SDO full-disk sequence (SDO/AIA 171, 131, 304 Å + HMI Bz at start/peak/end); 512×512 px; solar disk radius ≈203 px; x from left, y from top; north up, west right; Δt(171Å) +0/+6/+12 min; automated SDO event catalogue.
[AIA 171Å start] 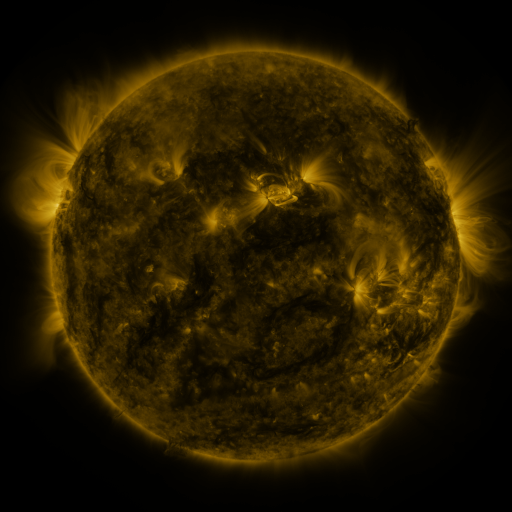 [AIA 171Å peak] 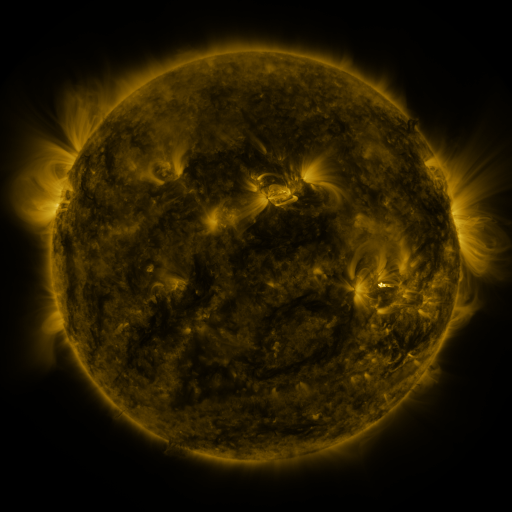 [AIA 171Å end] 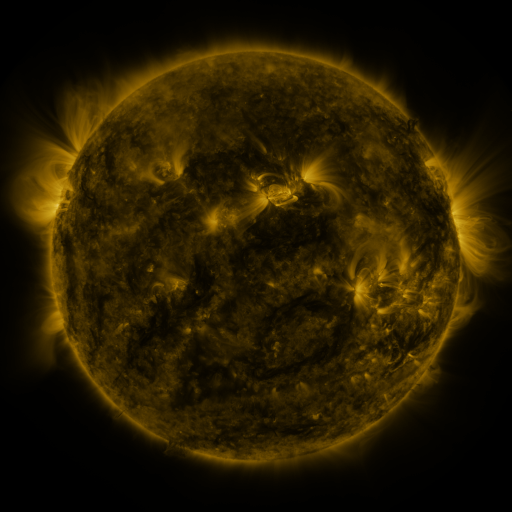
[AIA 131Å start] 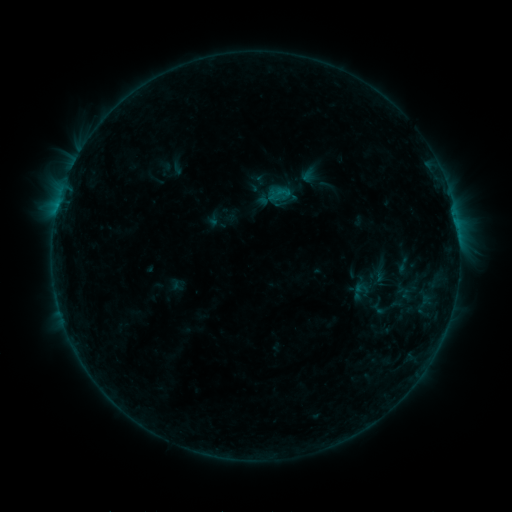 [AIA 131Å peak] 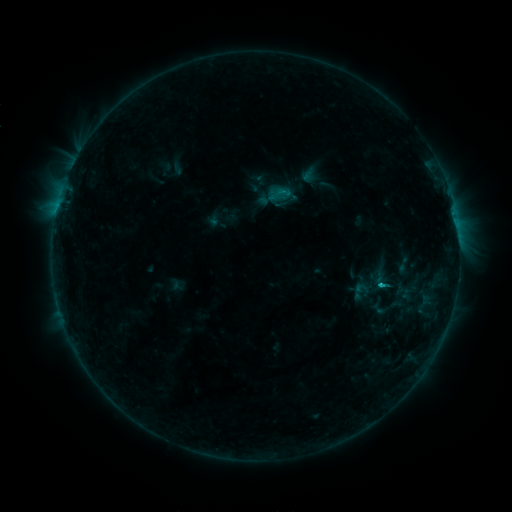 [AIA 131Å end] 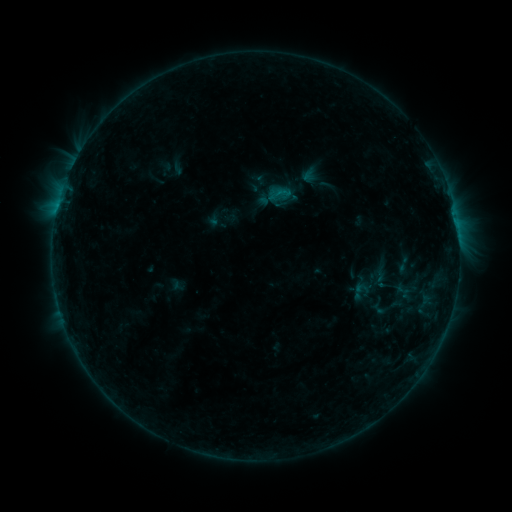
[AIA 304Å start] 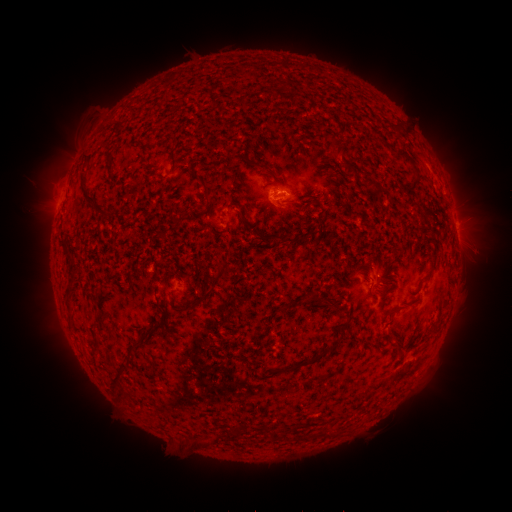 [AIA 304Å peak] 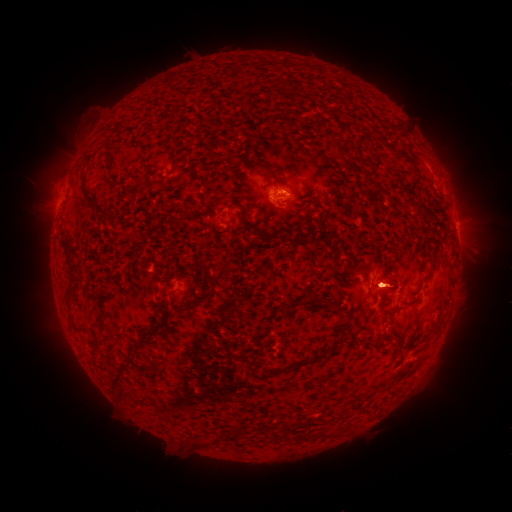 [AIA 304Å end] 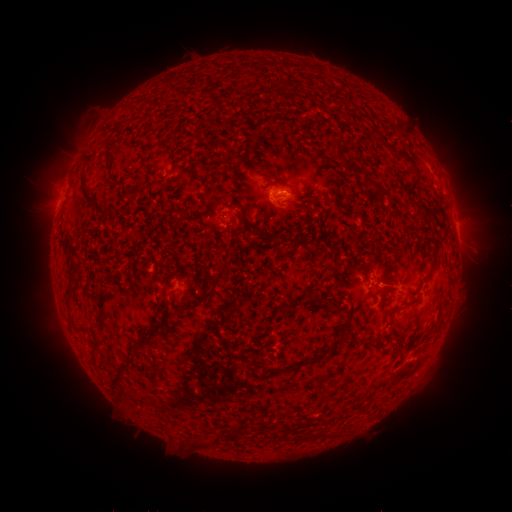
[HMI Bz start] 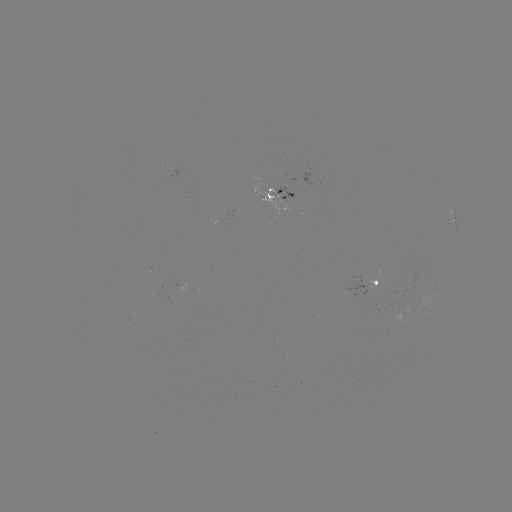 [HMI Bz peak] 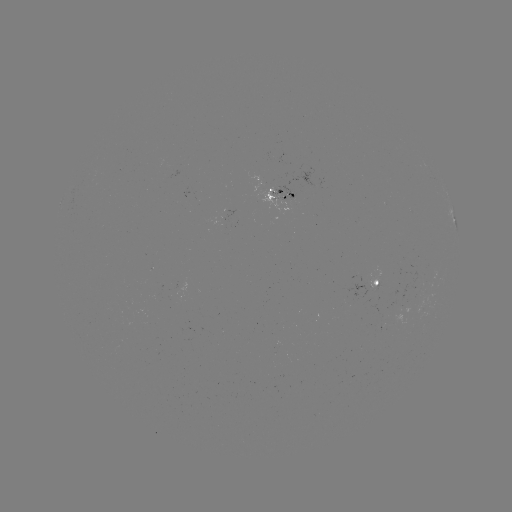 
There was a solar flare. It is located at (378, 284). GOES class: B4.7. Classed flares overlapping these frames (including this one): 1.